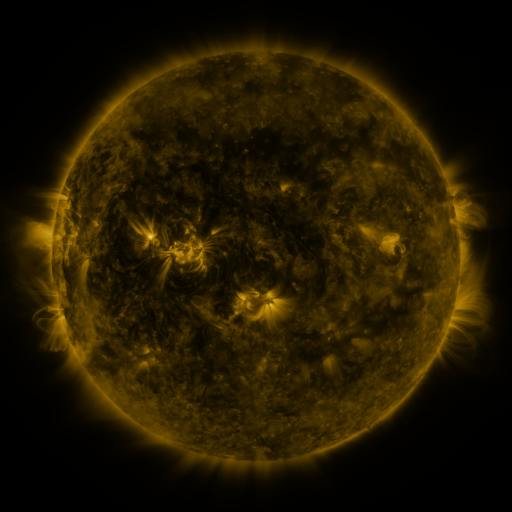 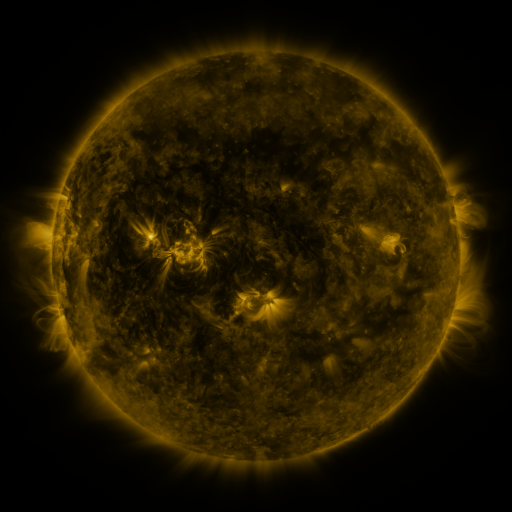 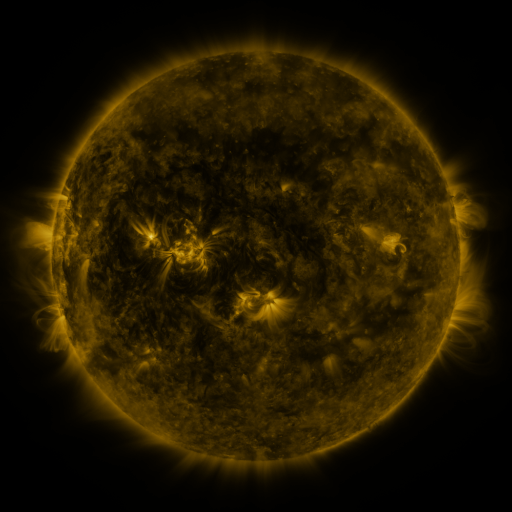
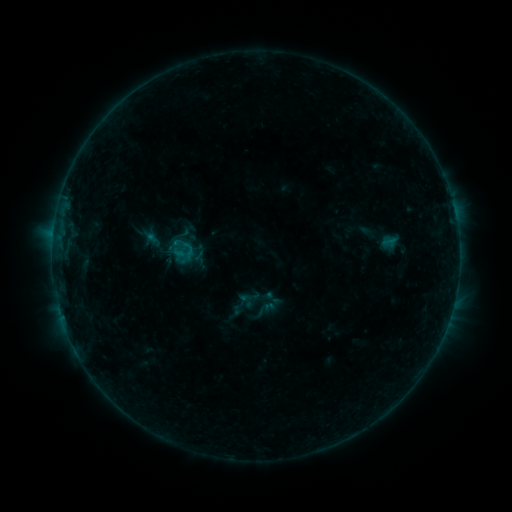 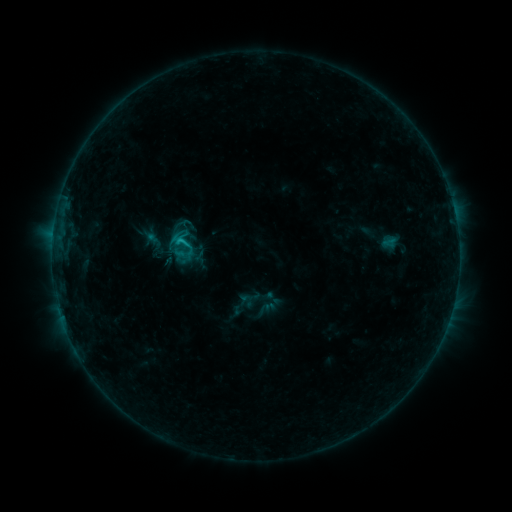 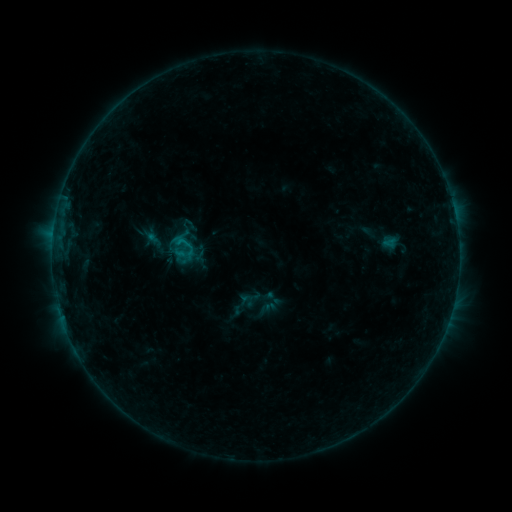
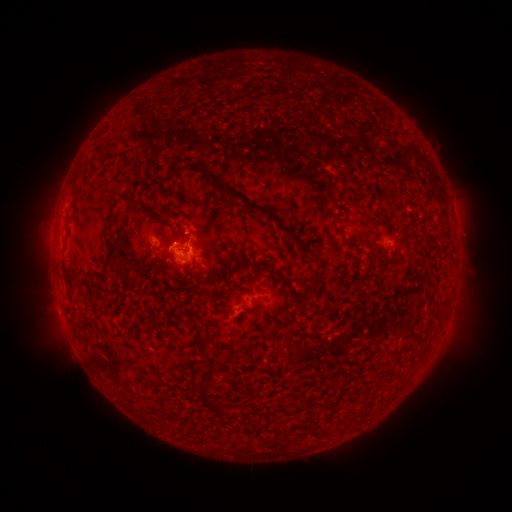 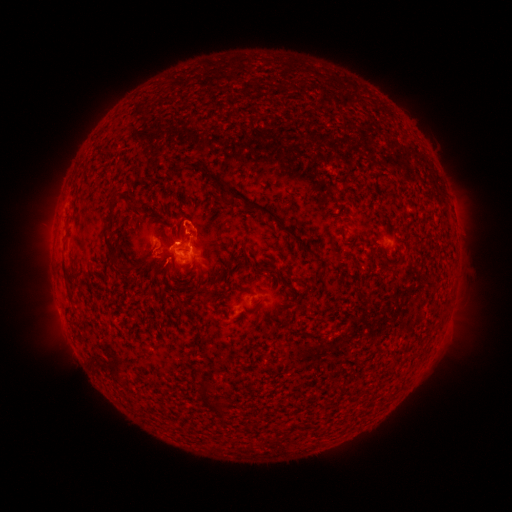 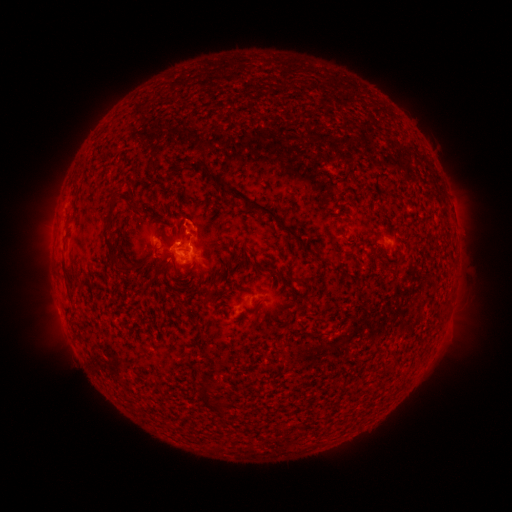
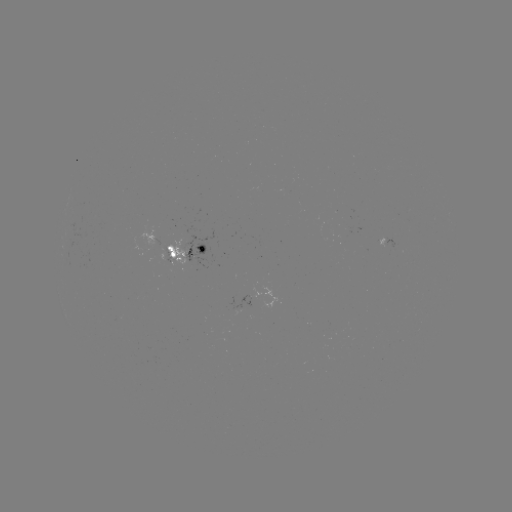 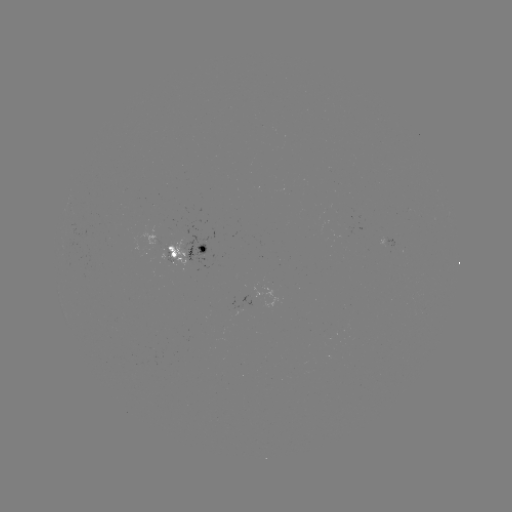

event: flare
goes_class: B9.2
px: (180, 244)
